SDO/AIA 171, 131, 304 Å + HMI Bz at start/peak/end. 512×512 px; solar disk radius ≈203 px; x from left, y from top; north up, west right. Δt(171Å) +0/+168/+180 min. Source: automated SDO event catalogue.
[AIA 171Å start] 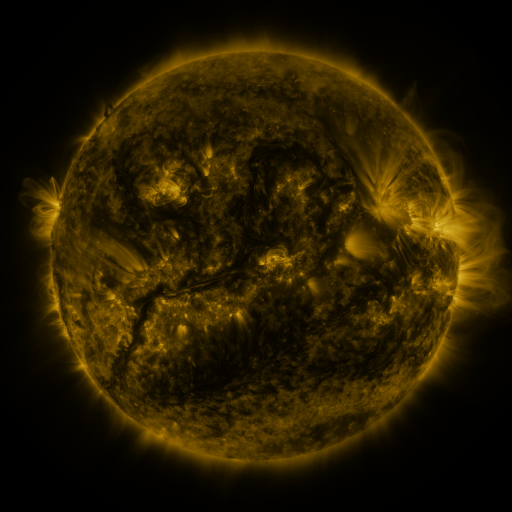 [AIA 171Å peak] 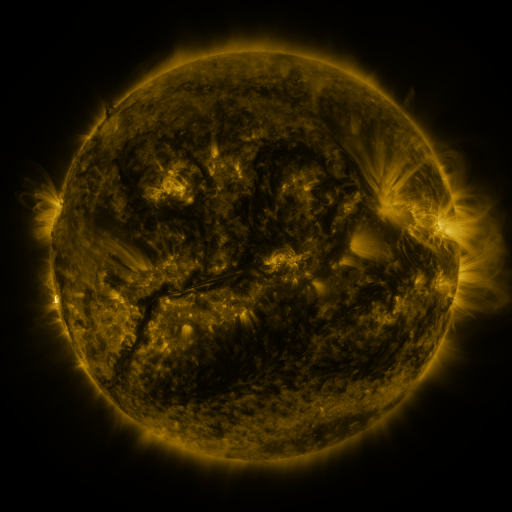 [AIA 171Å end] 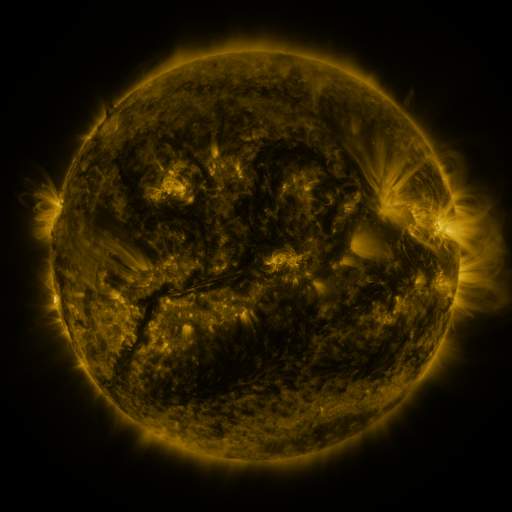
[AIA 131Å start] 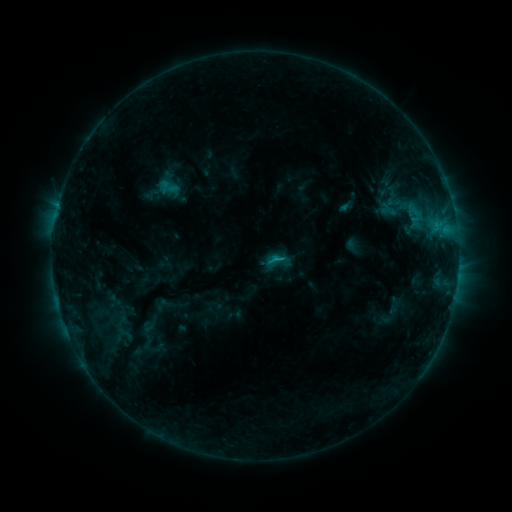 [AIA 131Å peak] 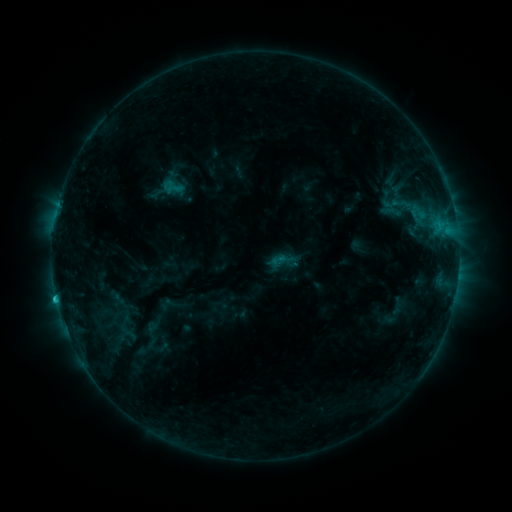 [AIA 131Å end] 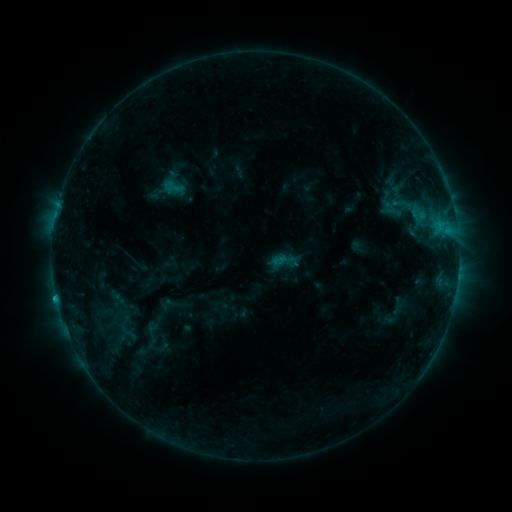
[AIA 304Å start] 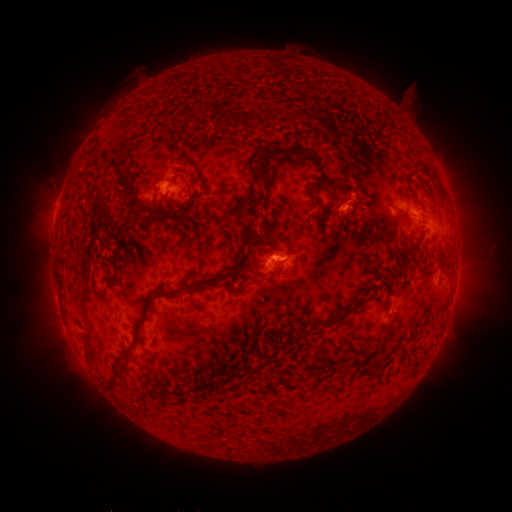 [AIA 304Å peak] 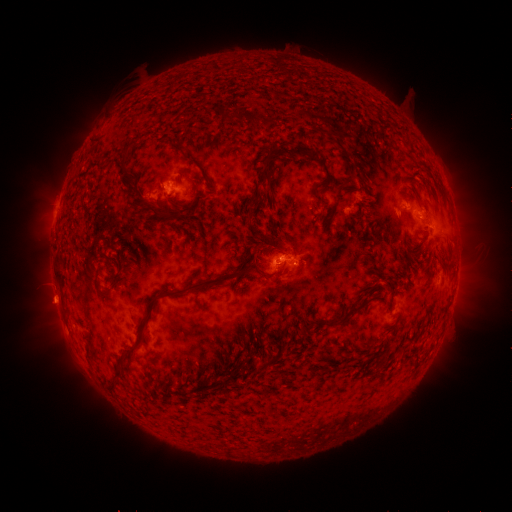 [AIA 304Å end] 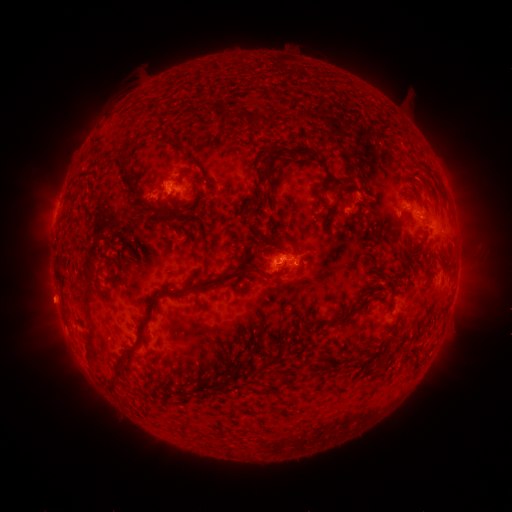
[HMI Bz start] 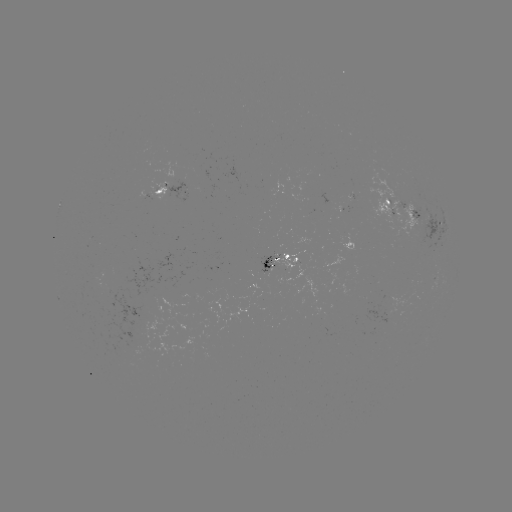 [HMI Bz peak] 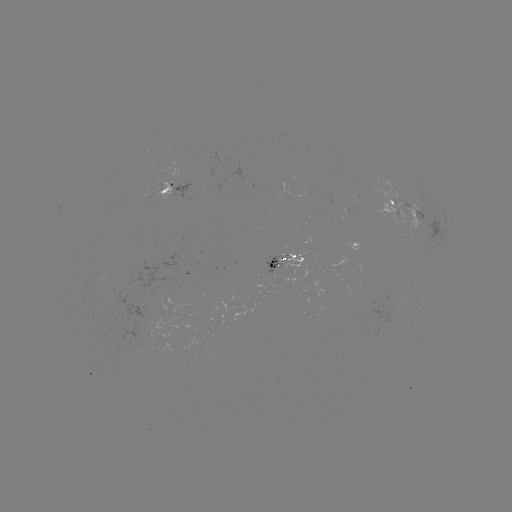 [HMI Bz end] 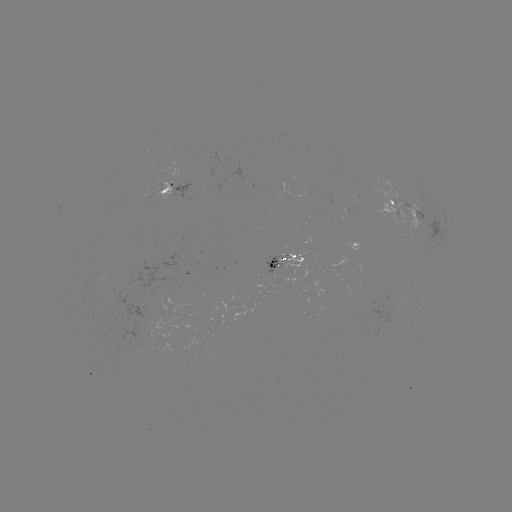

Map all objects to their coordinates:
emerging-flux region: (274, 265)
